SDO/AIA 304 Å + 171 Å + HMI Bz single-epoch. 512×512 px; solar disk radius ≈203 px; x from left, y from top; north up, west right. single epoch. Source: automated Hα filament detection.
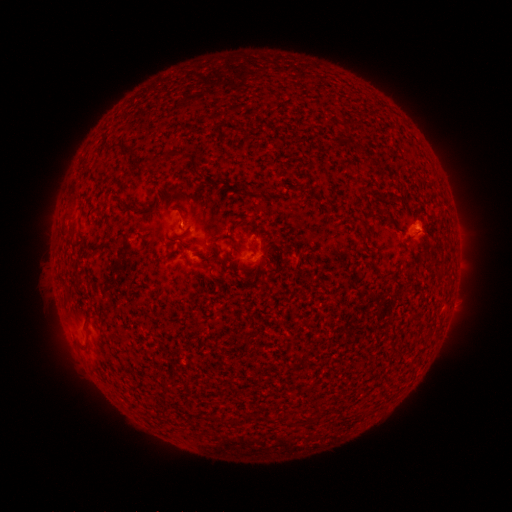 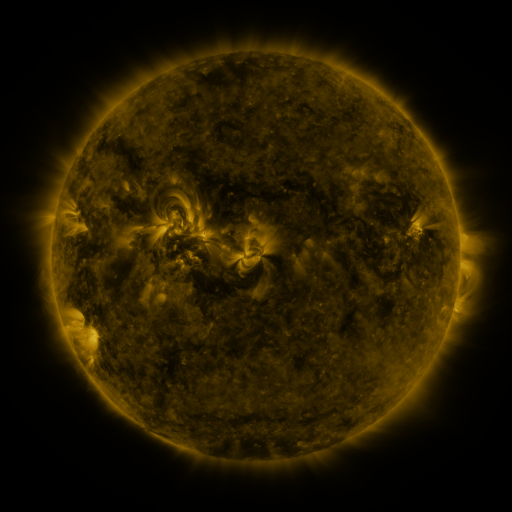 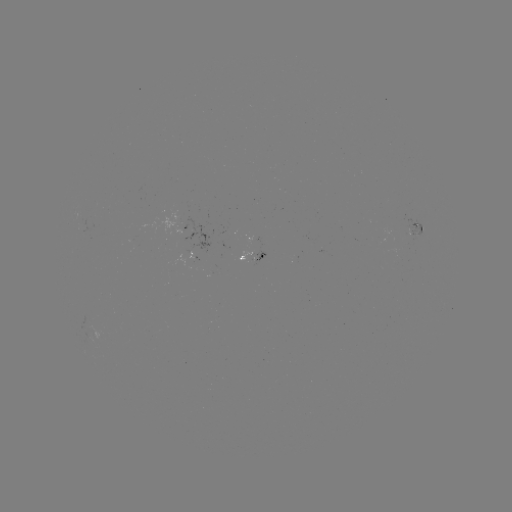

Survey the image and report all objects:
filament: <bbox>123, 204, 141, 215</bbox>
filament: <bbox>189, 259, 207, 267</bbox>
filament: <bbox>82, 315, 92, 329</bbox>
filament: <bbox>166, 380, 176, 386</bbox>
